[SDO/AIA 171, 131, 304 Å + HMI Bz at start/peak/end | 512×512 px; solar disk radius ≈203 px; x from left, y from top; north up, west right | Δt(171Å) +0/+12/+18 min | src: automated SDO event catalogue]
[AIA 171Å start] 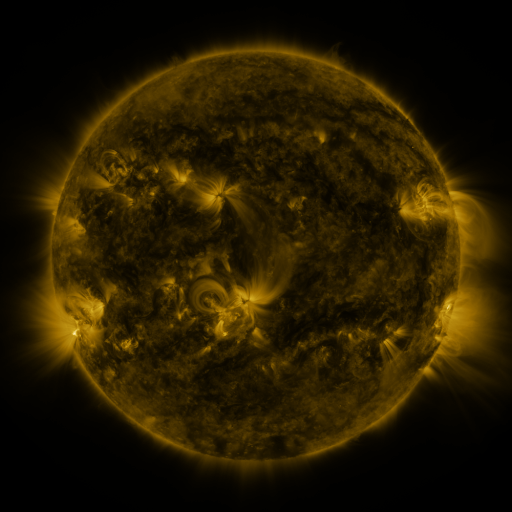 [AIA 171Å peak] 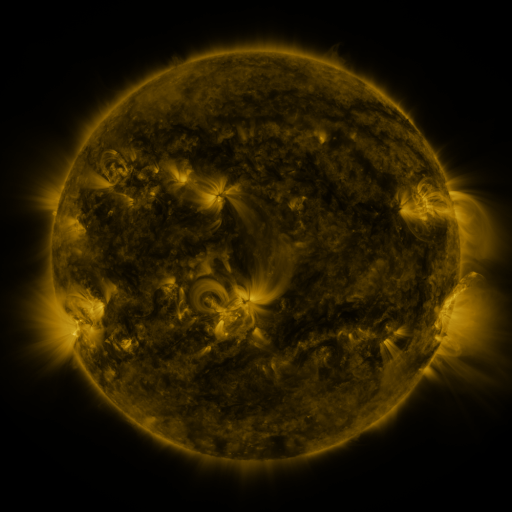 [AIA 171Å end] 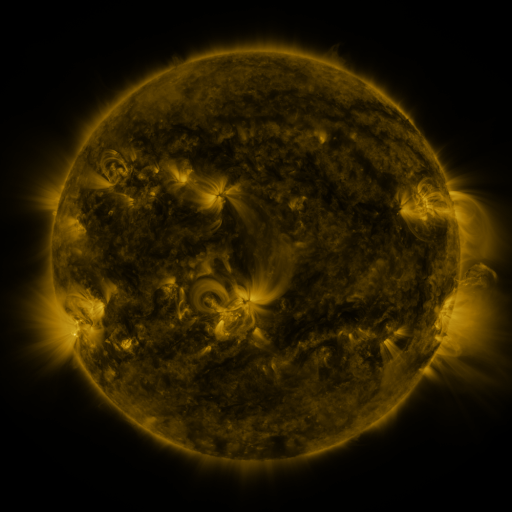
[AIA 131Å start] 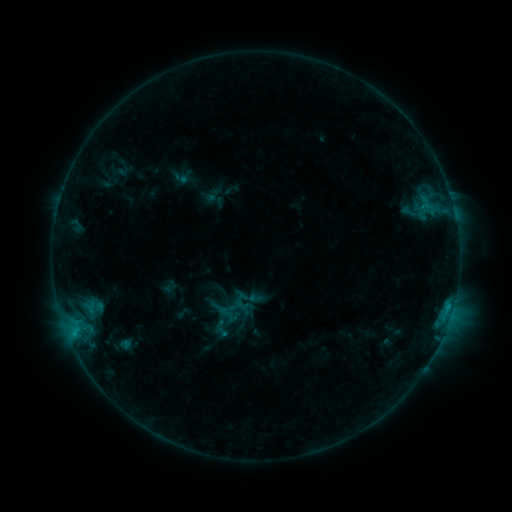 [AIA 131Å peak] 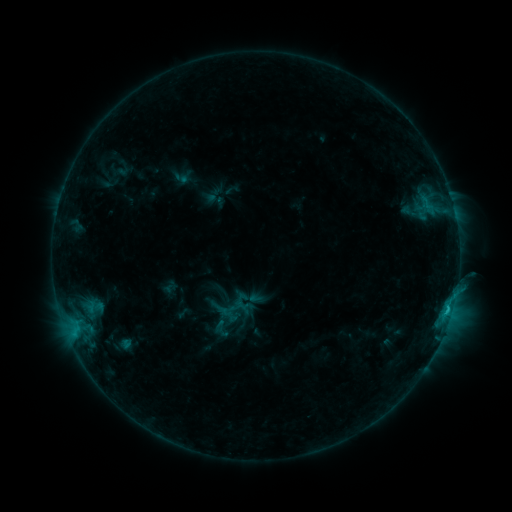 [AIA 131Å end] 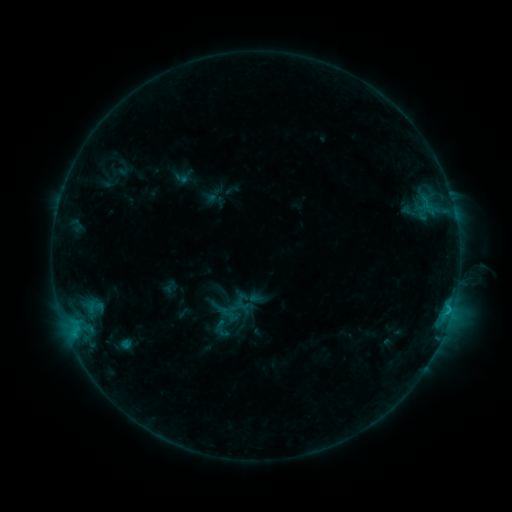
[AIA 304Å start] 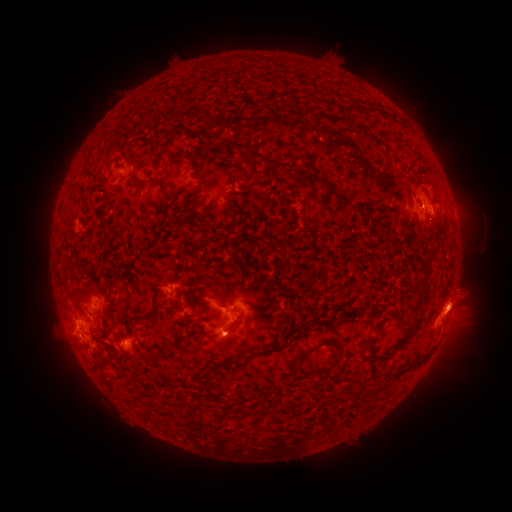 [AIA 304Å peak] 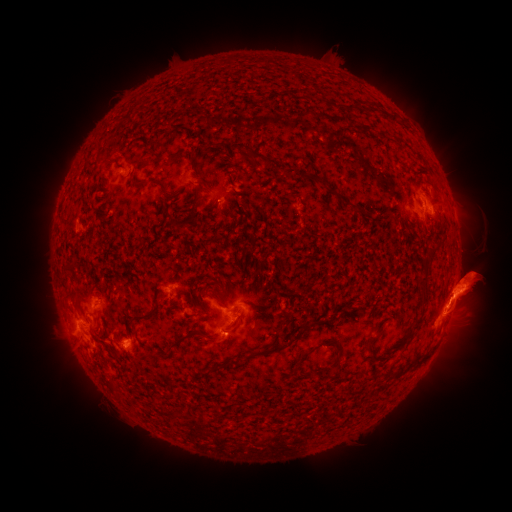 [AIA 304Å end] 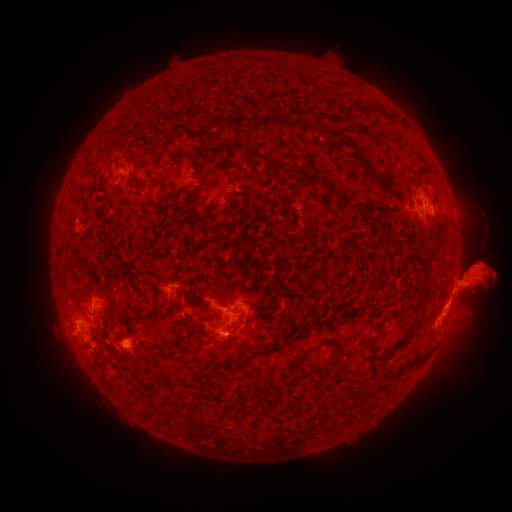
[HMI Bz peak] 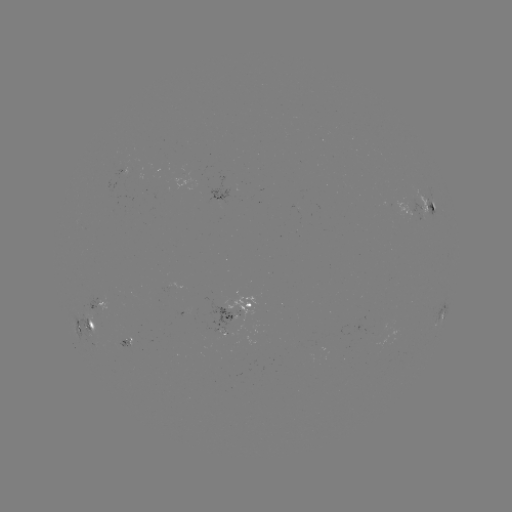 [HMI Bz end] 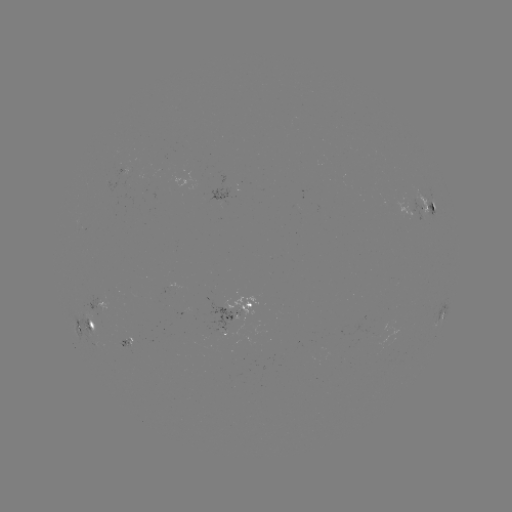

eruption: [446, 186, 491, 229]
